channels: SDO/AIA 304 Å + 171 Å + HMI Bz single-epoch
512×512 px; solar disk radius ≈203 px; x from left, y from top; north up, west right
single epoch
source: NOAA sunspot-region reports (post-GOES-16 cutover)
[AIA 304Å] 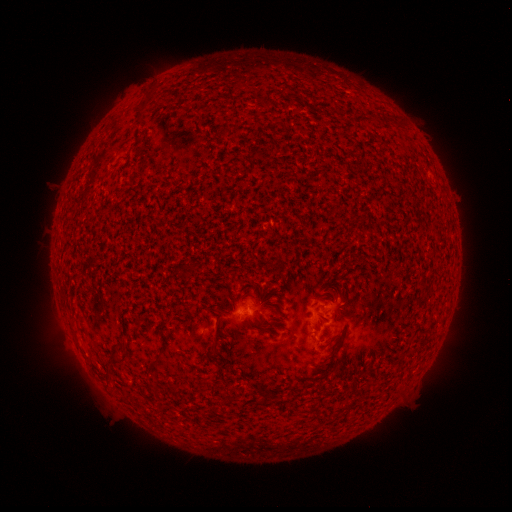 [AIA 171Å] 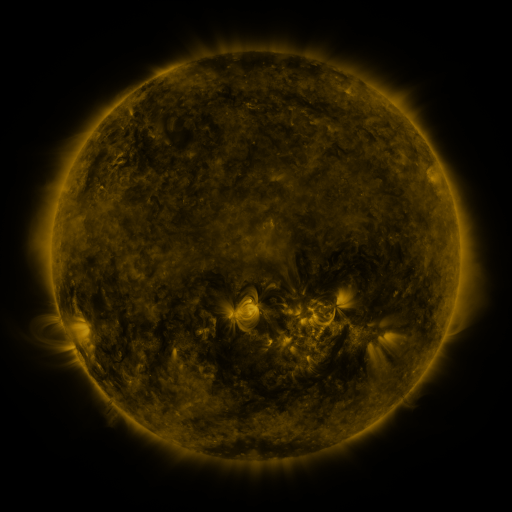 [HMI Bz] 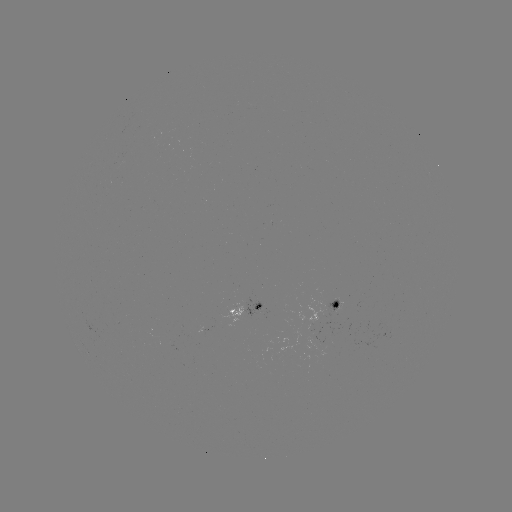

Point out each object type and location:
spotted active region: (341, 303)
spotted active region: (249, 306)
